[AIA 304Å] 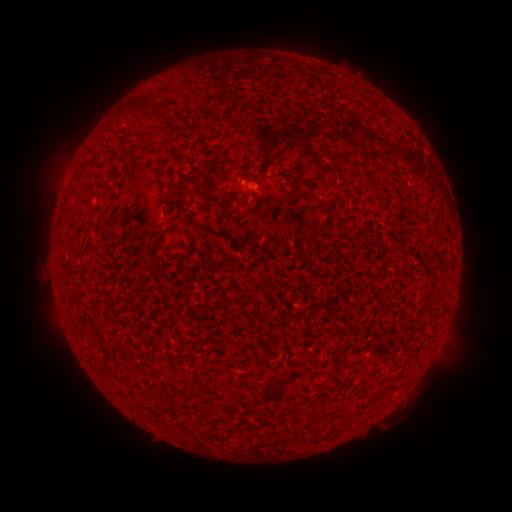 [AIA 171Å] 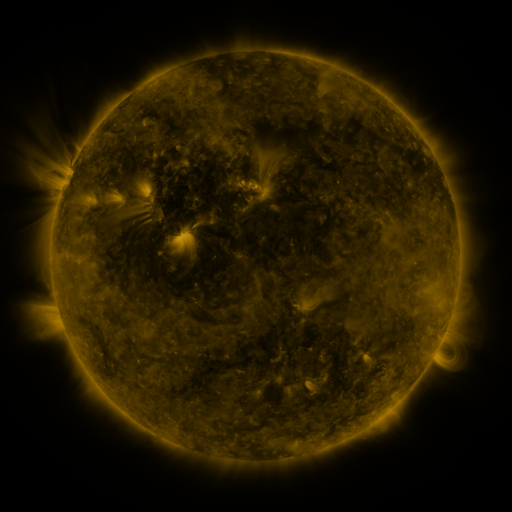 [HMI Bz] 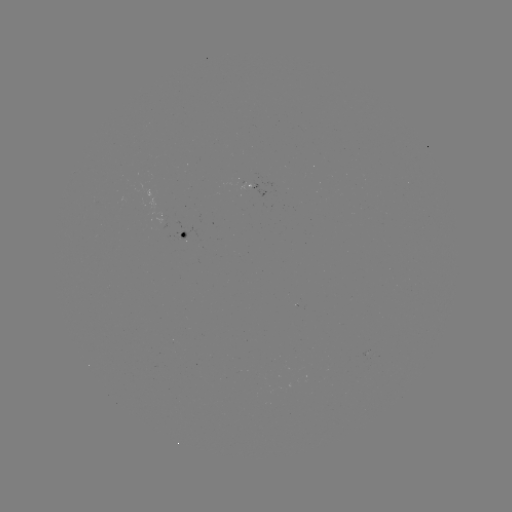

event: spotted active region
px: (184, 237)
